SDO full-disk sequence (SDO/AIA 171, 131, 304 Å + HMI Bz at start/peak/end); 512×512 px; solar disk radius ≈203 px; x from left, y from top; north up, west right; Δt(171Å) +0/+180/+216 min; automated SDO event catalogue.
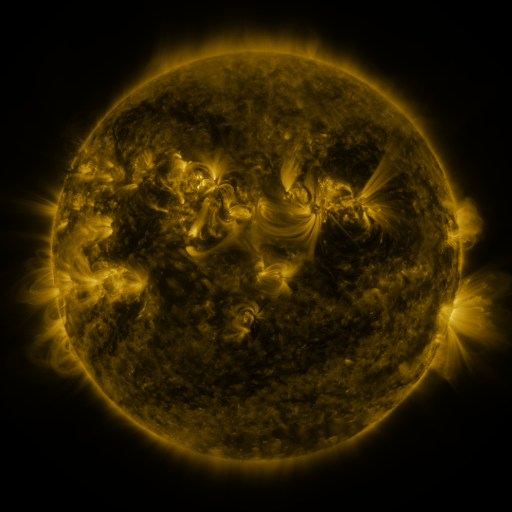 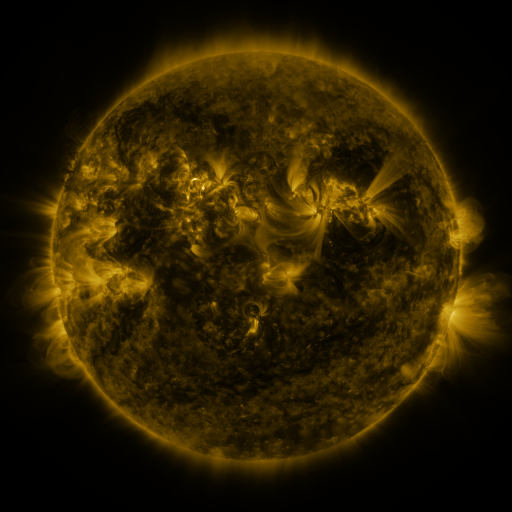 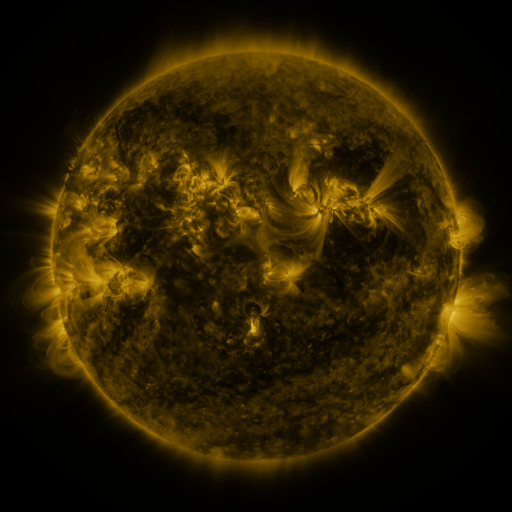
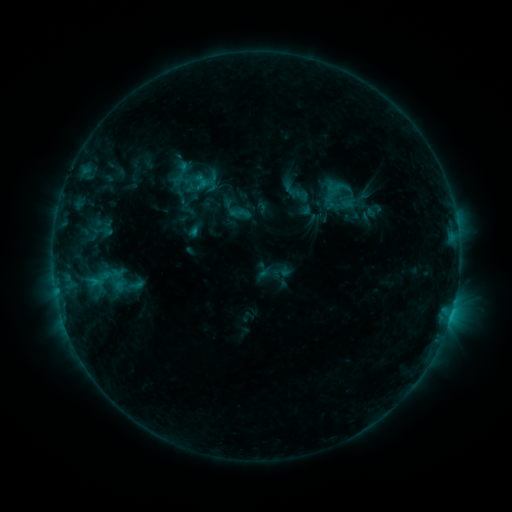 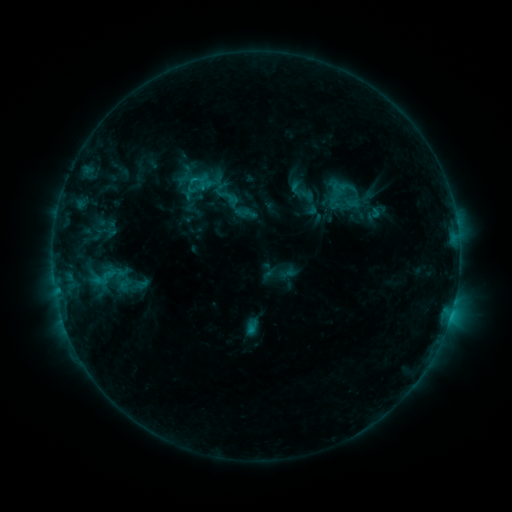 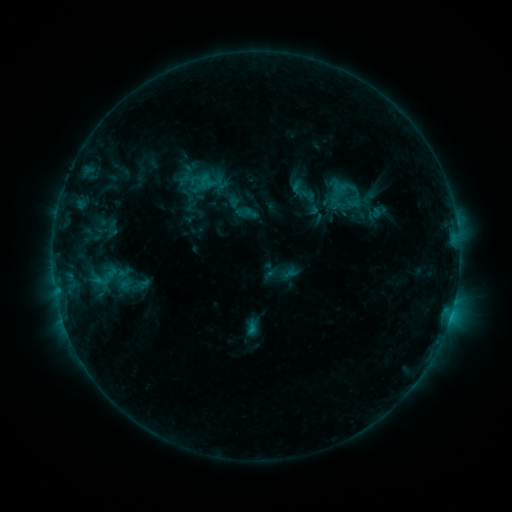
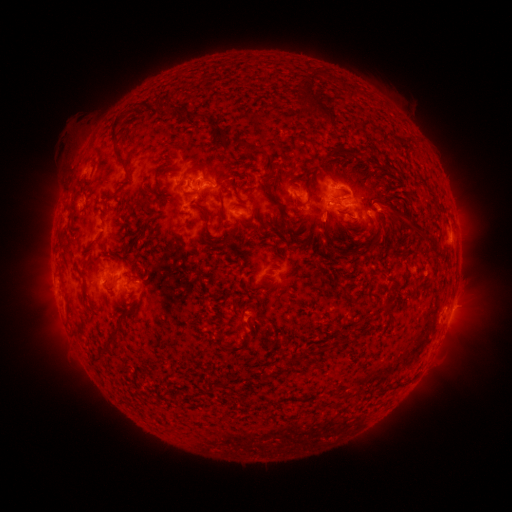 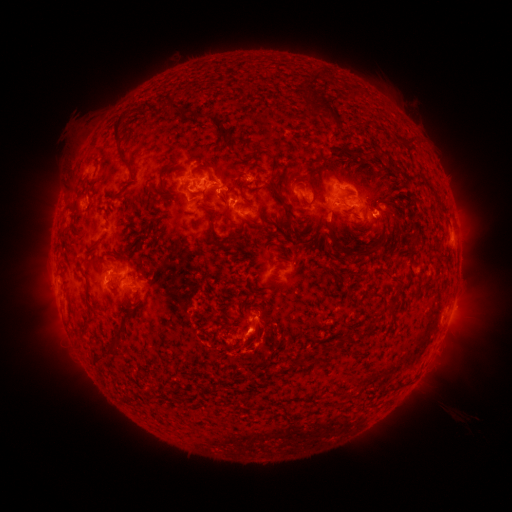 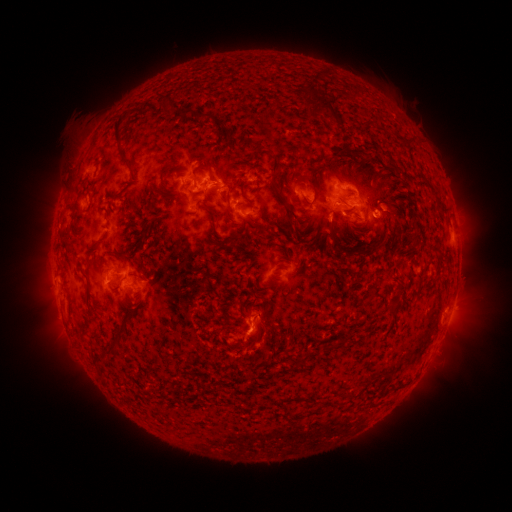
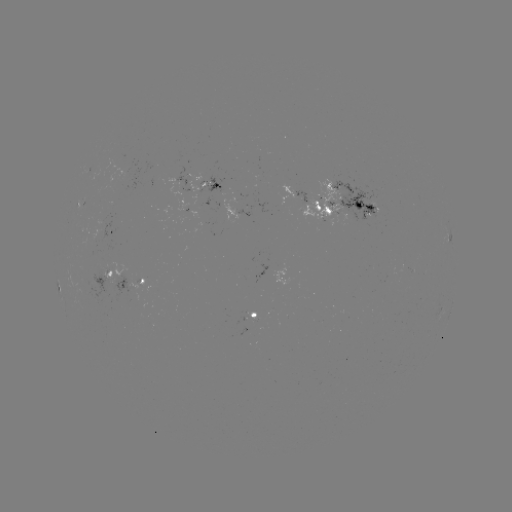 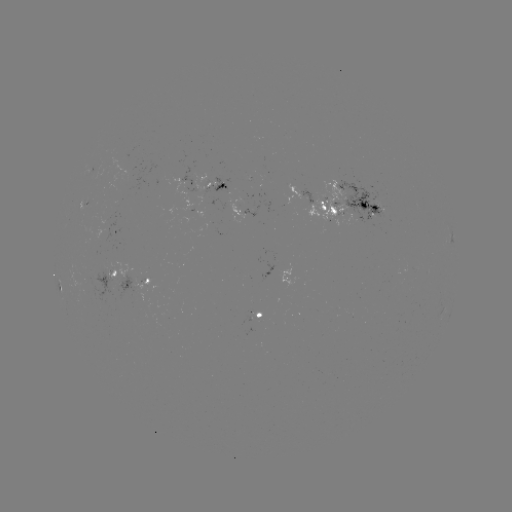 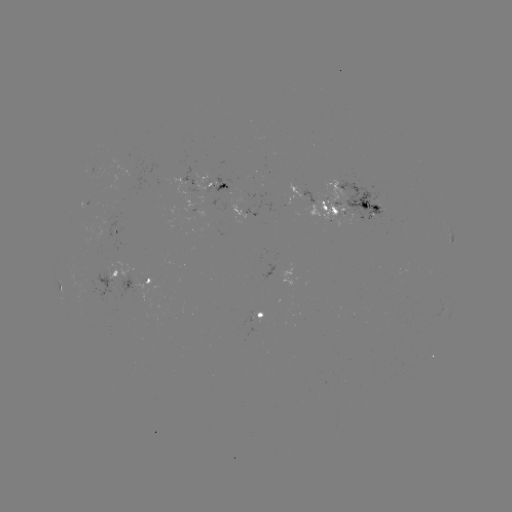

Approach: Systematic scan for emerging-flux region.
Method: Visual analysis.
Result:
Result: emerging-flux region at (353, 200).